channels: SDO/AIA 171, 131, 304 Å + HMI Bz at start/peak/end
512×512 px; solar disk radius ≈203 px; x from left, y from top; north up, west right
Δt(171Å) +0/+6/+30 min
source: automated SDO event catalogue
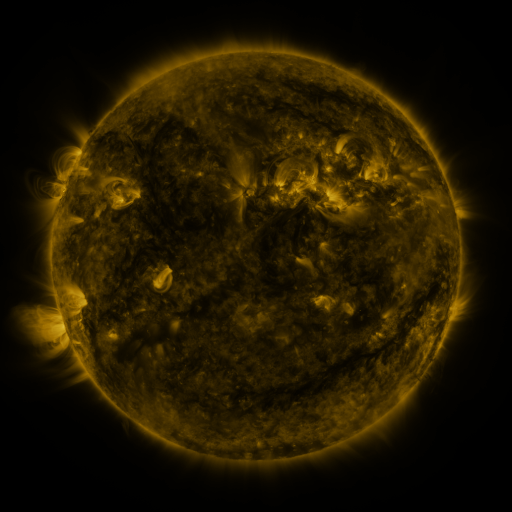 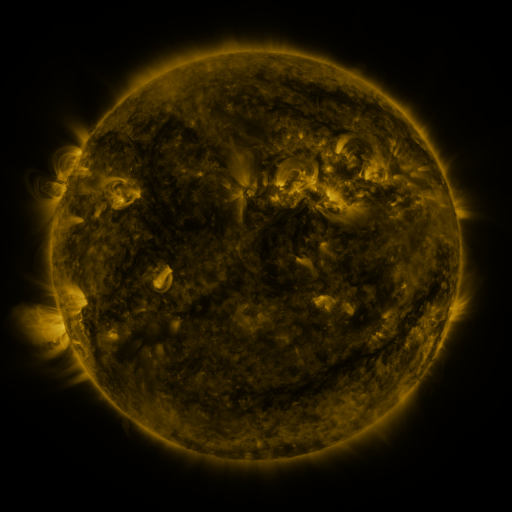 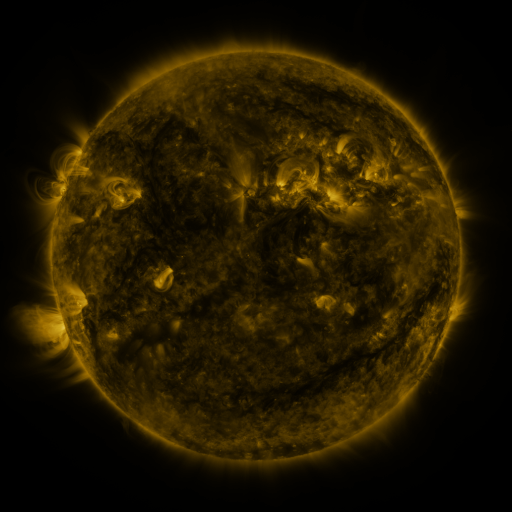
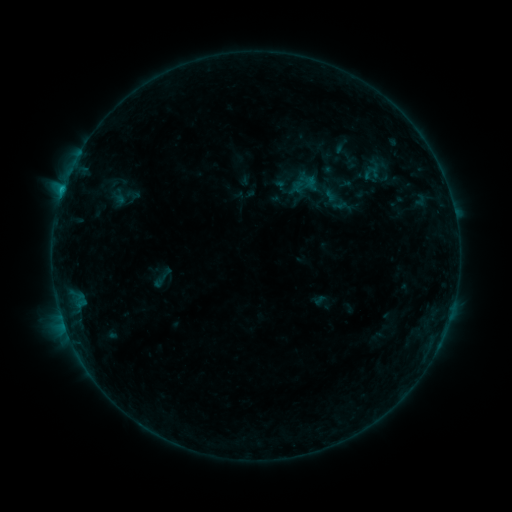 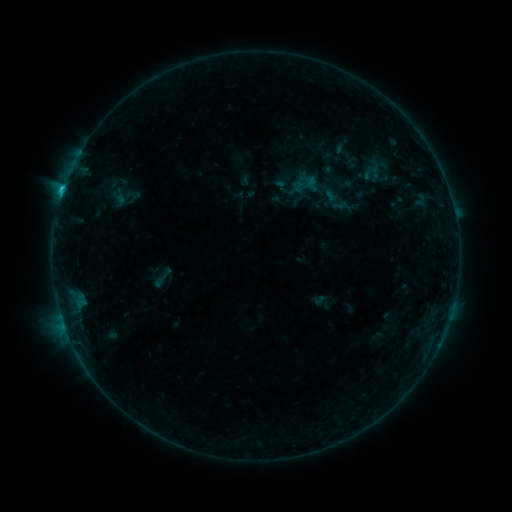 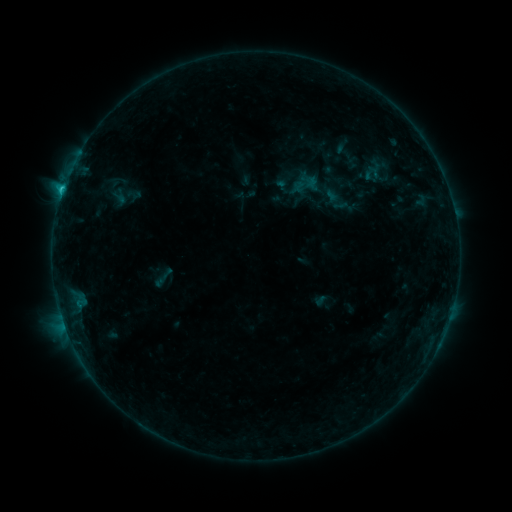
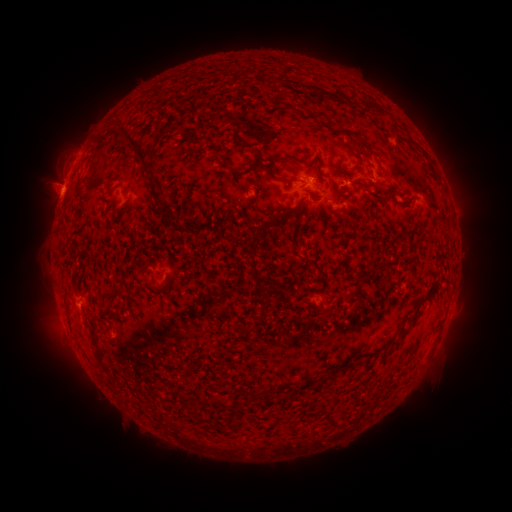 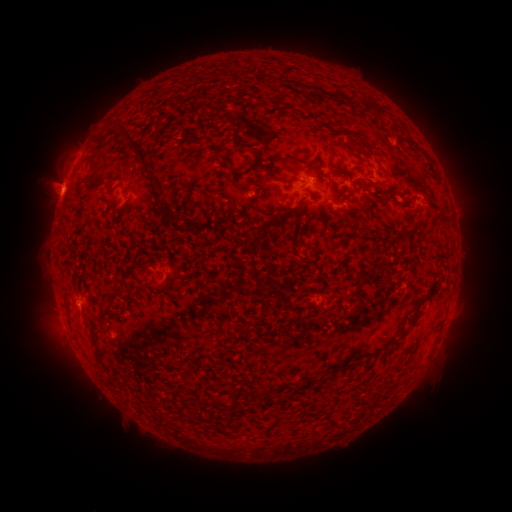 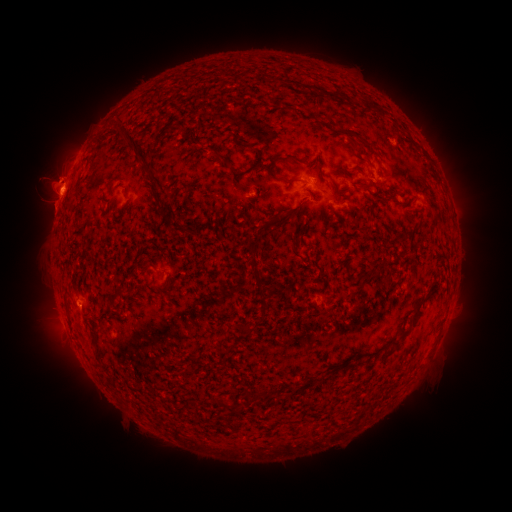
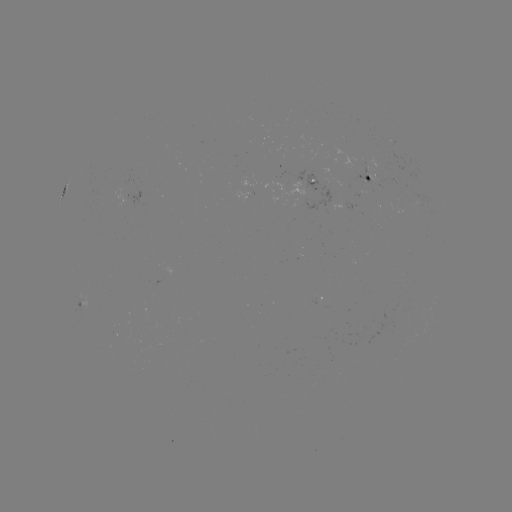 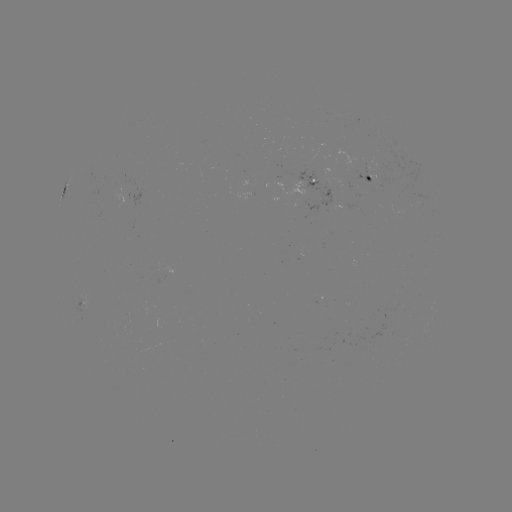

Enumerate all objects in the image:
C1.4 flare: (63, 192)
